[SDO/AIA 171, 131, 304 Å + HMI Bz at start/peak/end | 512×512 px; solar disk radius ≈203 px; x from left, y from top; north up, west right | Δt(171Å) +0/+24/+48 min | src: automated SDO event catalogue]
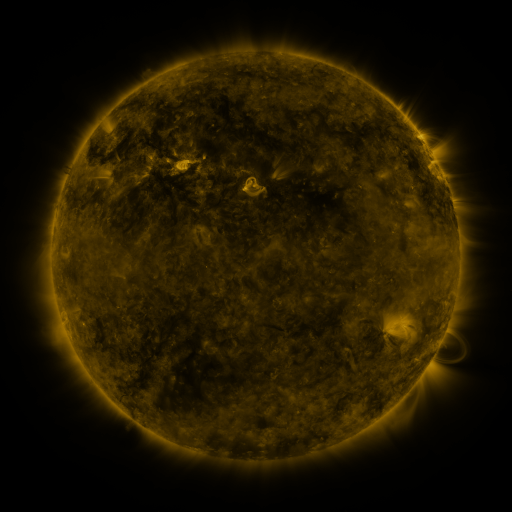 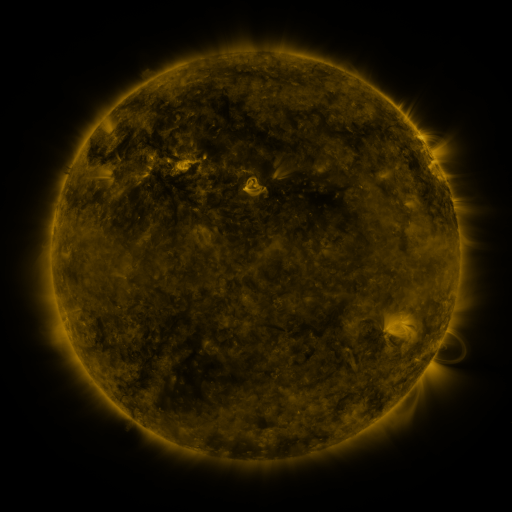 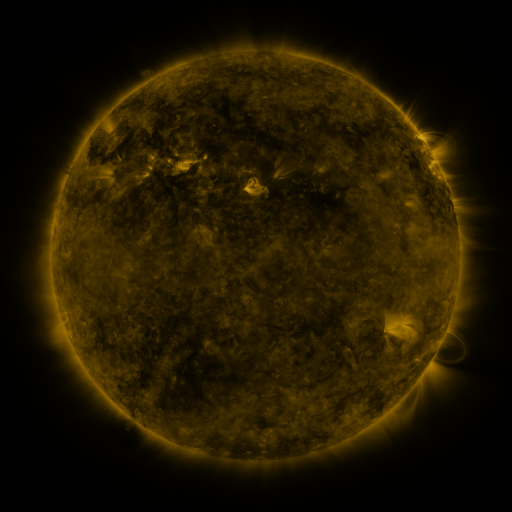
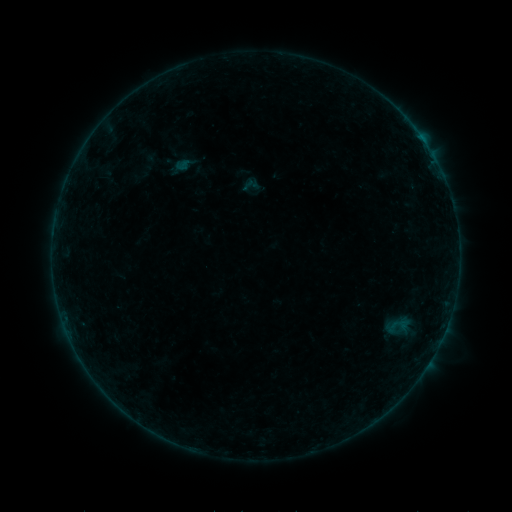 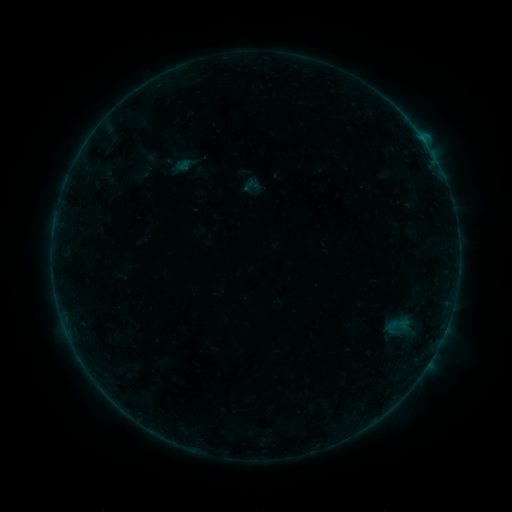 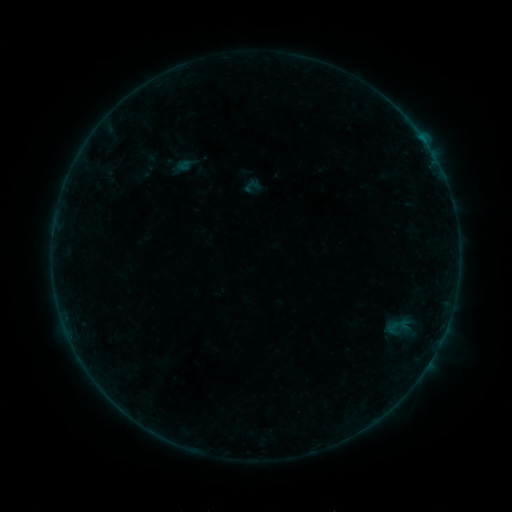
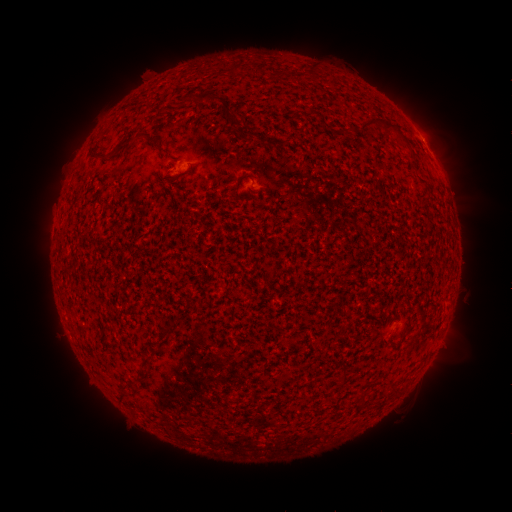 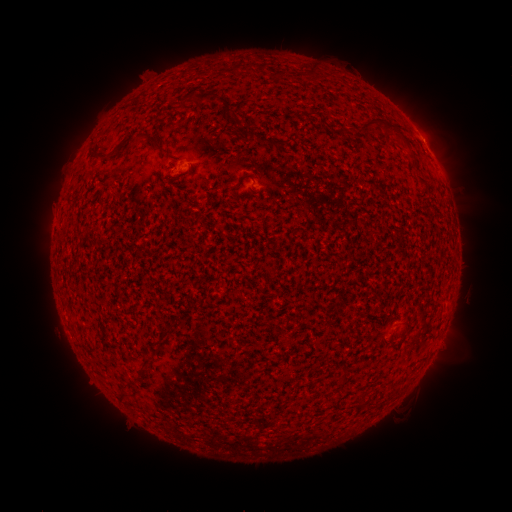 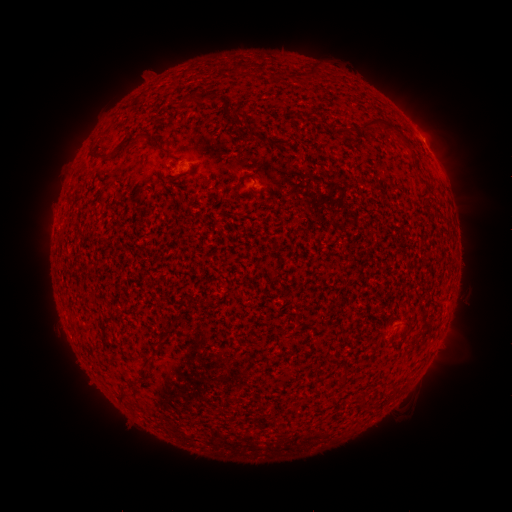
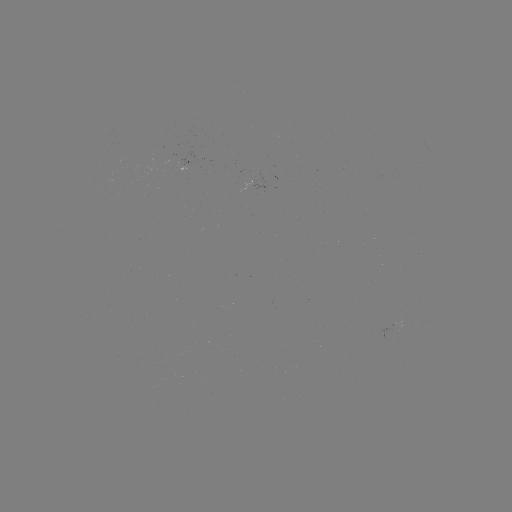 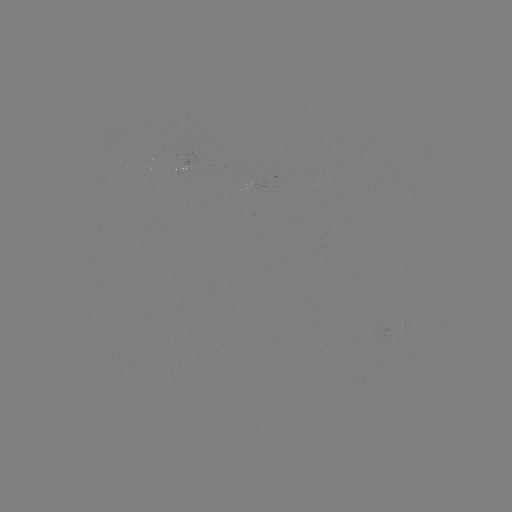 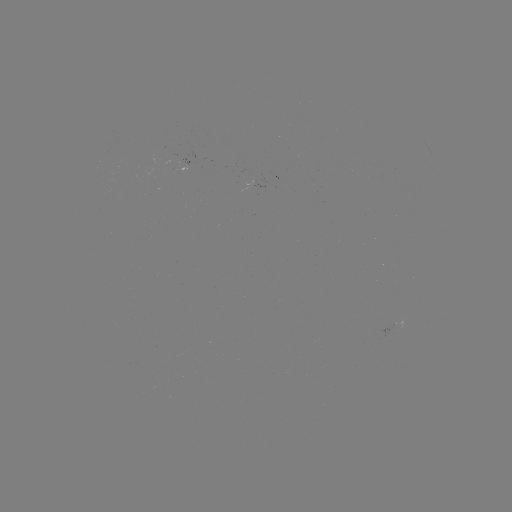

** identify B1.6 flare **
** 403,326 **